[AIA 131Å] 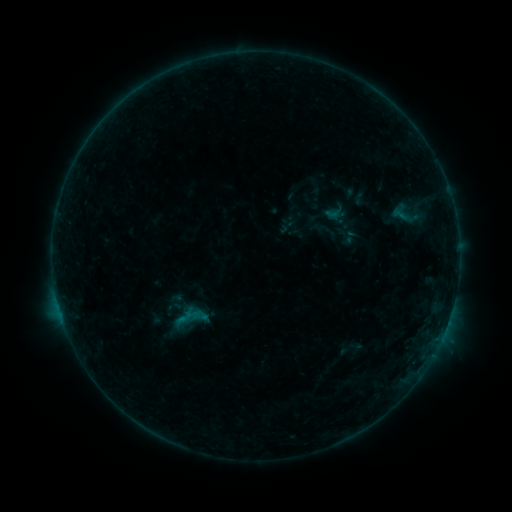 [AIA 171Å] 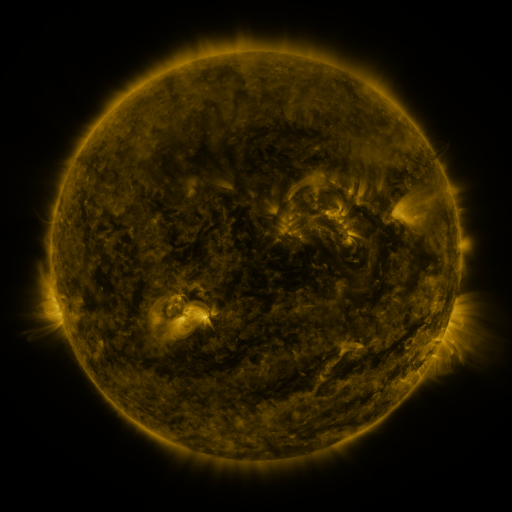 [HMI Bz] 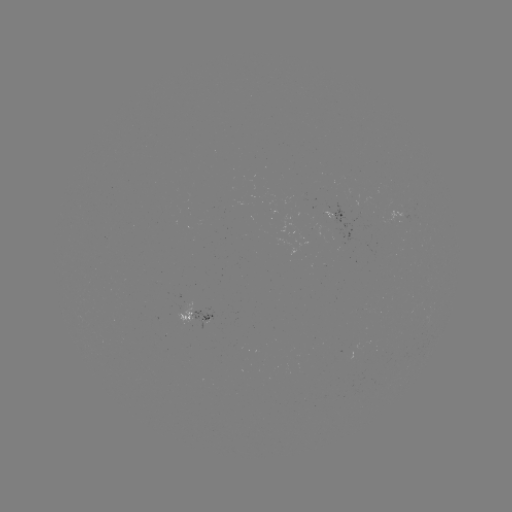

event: sigmoid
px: (409, 213)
